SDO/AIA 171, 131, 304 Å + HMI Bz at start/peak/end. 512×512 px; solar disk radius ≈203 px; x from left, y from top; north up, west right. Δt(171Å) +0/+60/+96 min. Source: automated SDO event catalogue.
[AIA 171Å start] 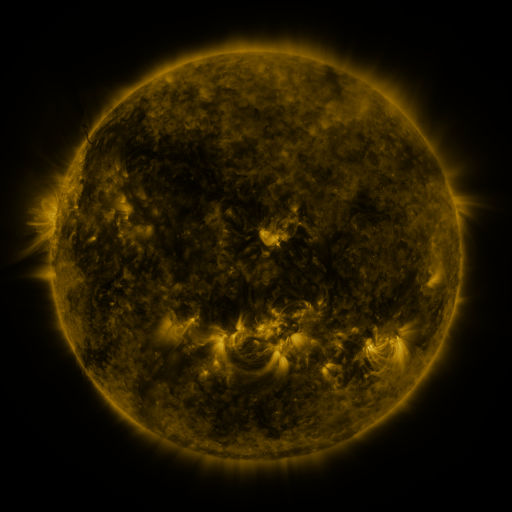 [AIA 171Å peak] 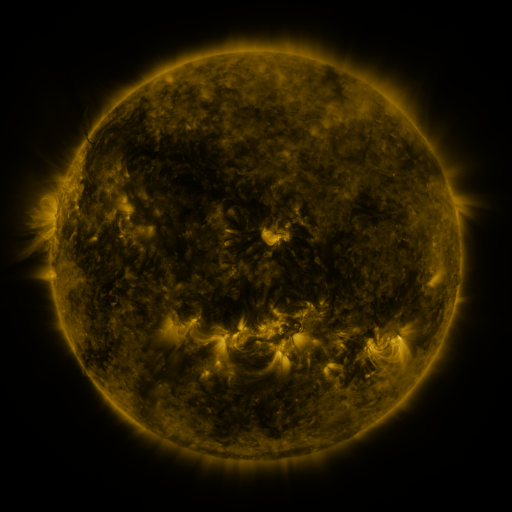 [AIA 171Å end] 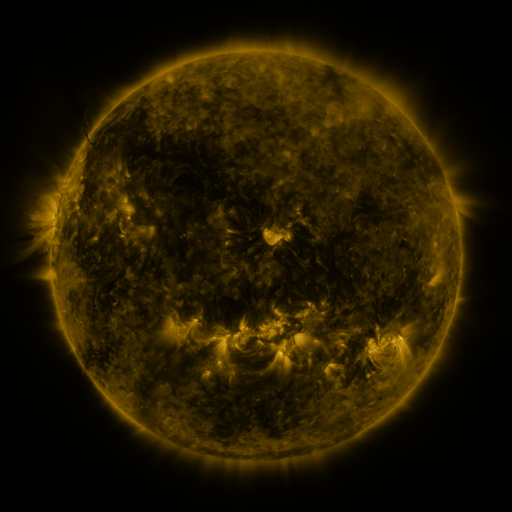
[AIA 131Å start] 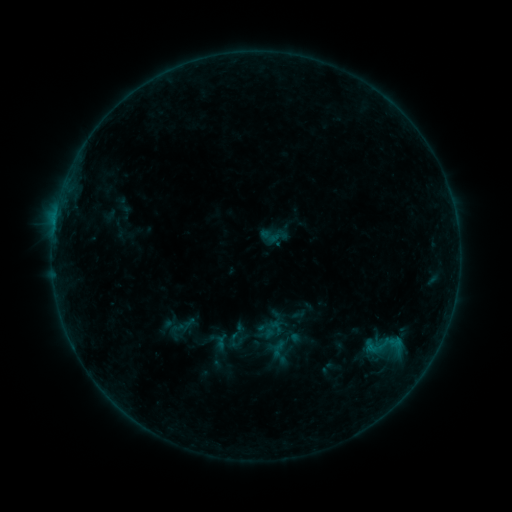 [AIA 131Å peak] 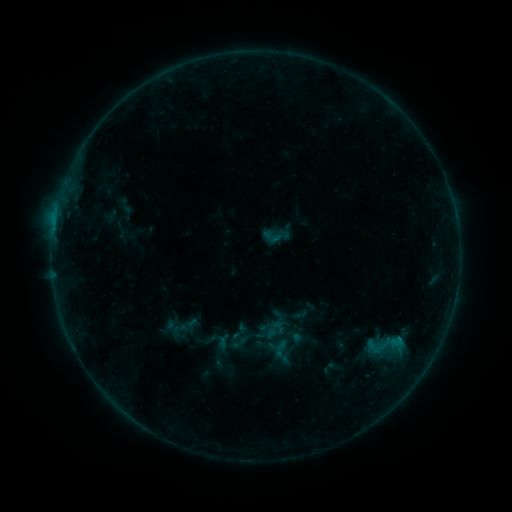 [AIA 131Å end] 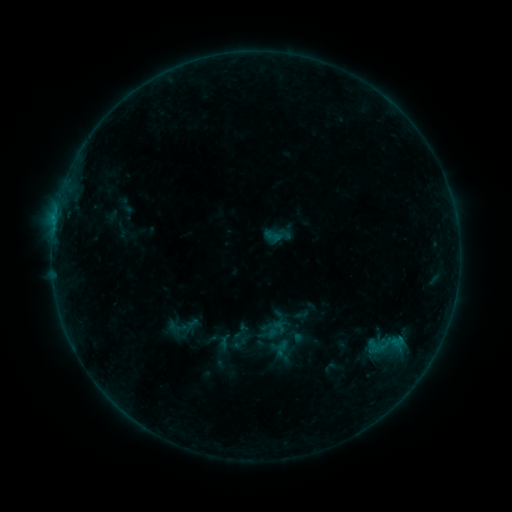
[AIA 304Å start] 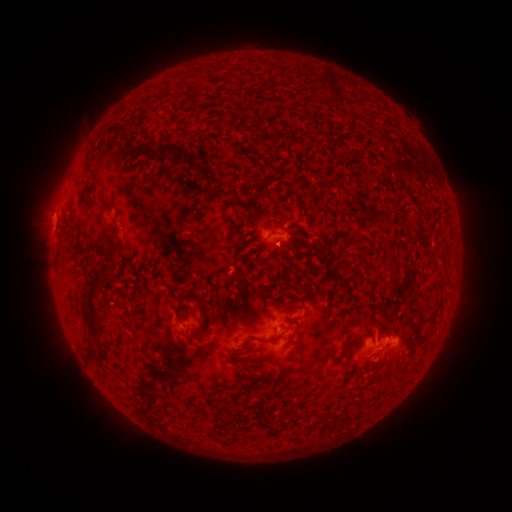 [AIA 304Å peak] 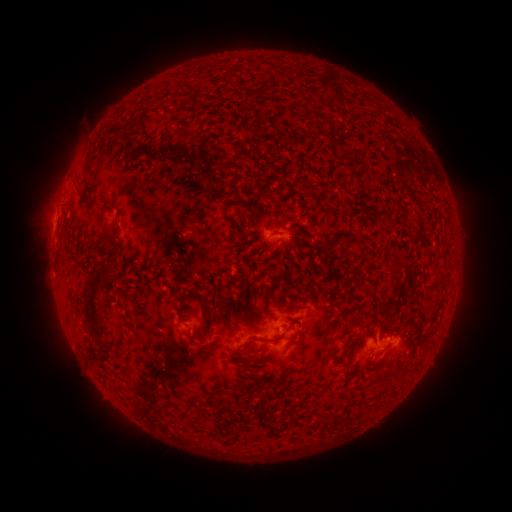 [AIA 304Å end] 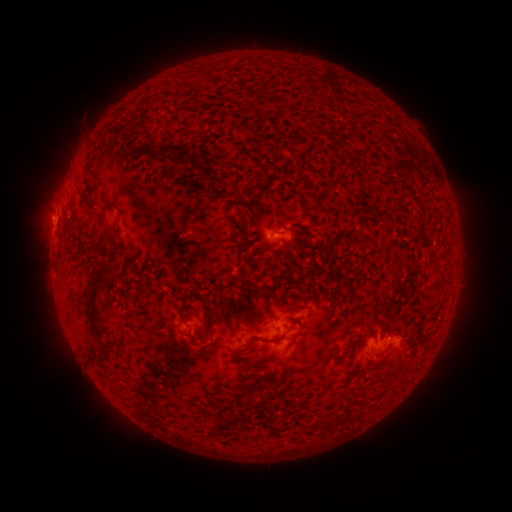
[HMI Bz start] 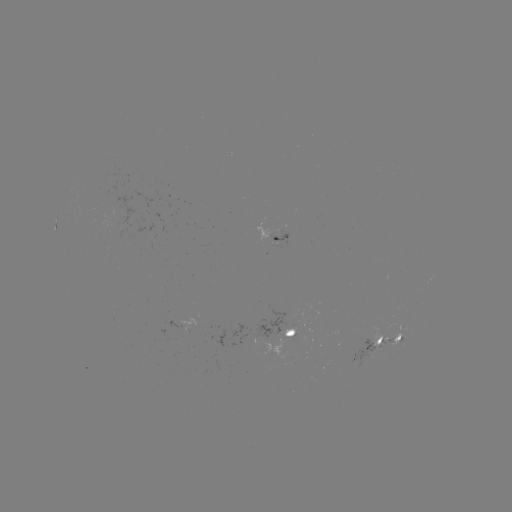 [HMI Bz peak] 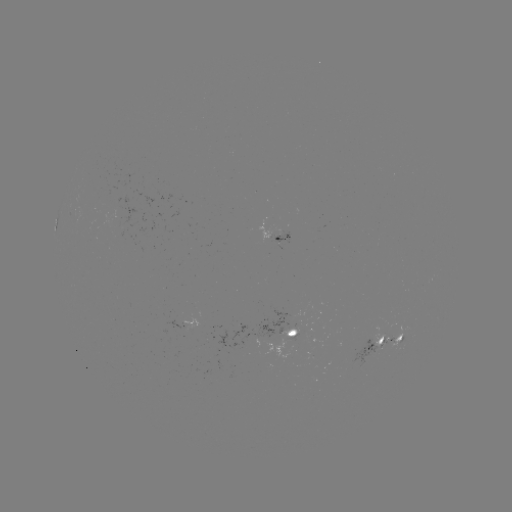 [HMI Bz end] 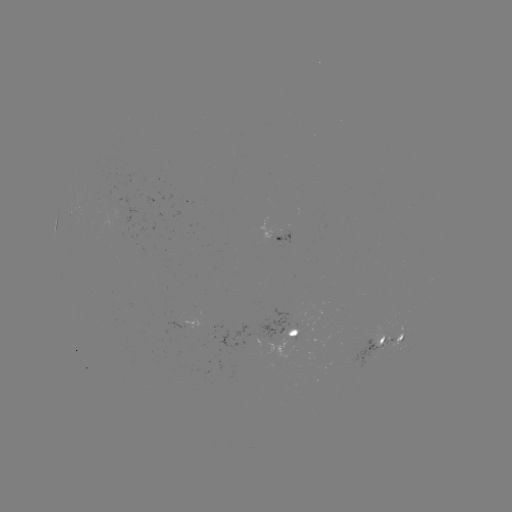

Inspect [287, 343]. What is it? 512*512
emerging-flux region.